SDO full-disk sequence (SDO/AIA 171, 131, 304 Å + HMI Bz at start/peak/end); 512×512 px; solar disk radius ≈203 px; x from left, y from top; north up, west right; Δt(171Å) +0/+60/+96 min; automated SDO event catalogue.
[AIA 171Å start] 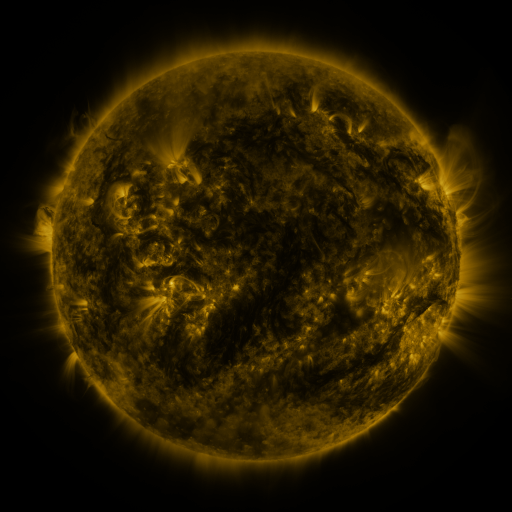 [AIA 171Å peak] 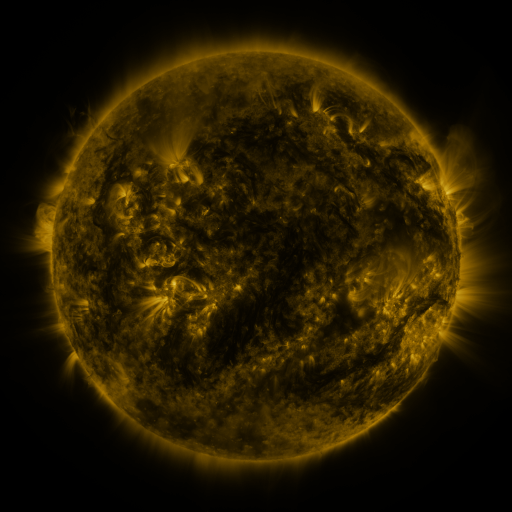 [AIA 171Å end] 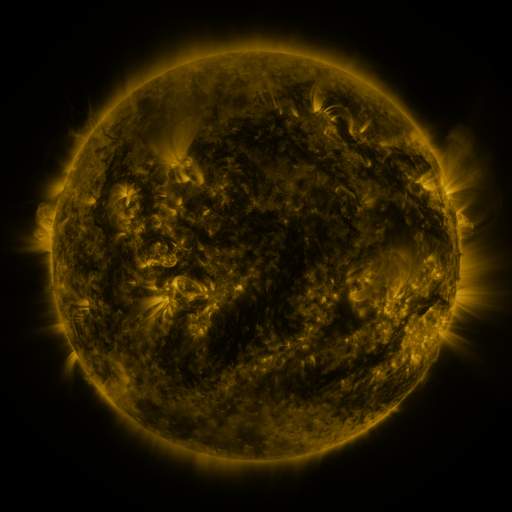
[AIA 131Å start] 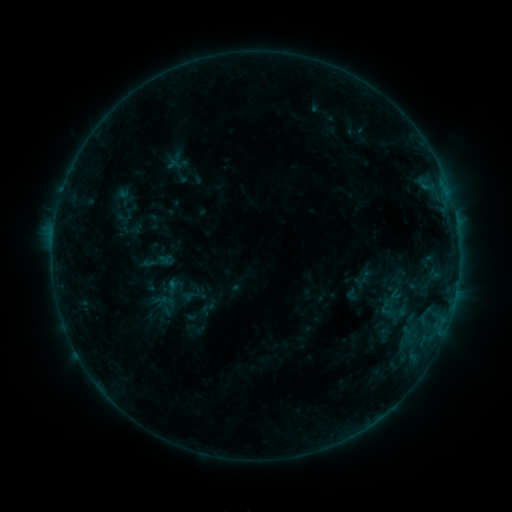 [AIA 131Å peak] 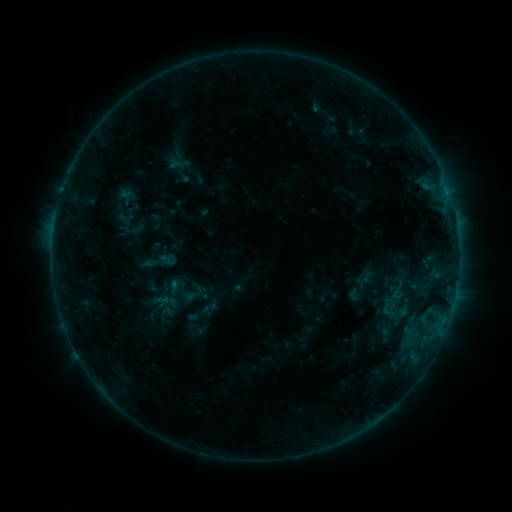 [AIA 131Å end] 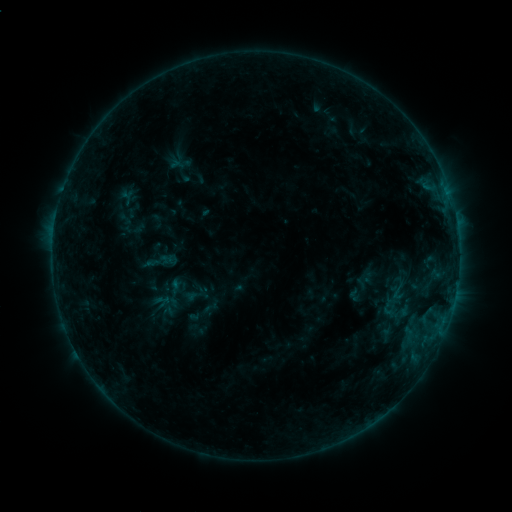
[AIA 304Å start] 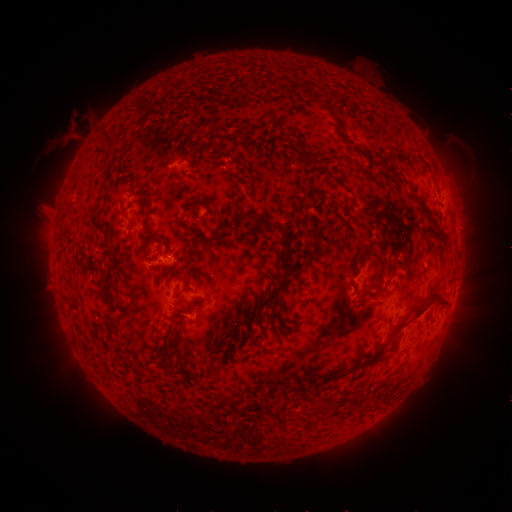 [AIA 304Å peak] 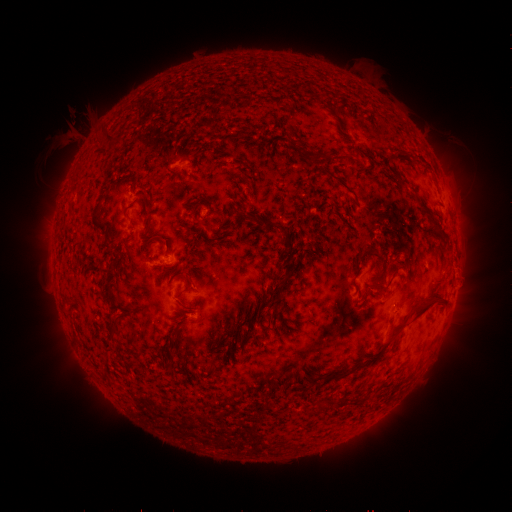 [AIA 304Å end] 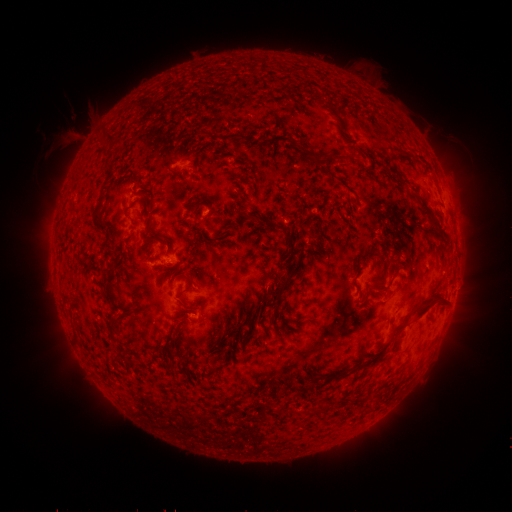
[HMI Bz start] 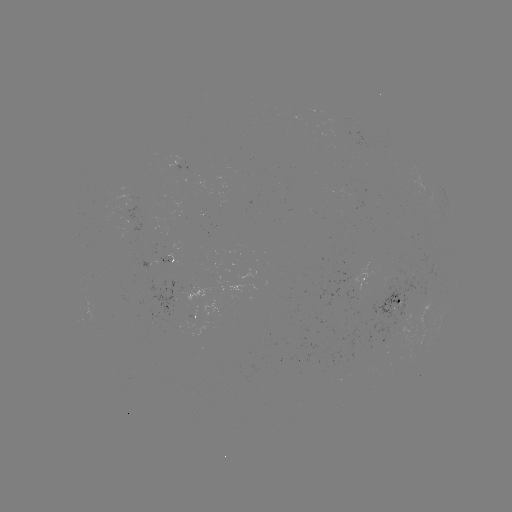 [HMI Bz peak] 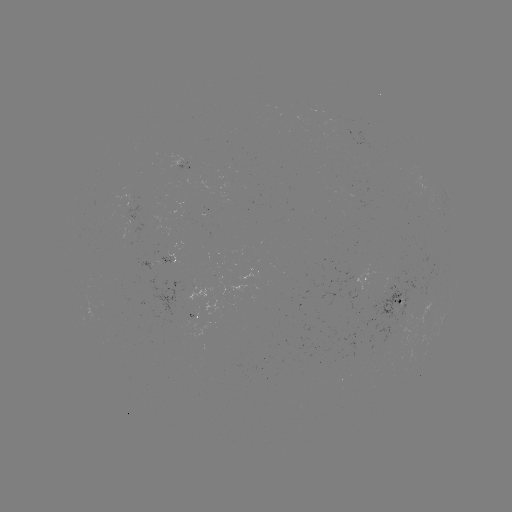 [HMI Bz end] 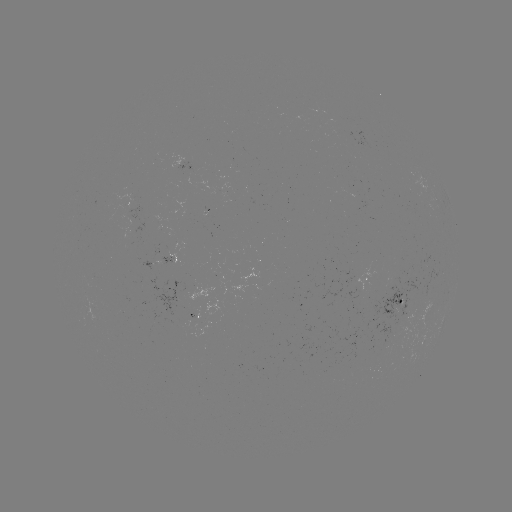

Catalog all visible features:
emerging-flux region: (393, 279)
